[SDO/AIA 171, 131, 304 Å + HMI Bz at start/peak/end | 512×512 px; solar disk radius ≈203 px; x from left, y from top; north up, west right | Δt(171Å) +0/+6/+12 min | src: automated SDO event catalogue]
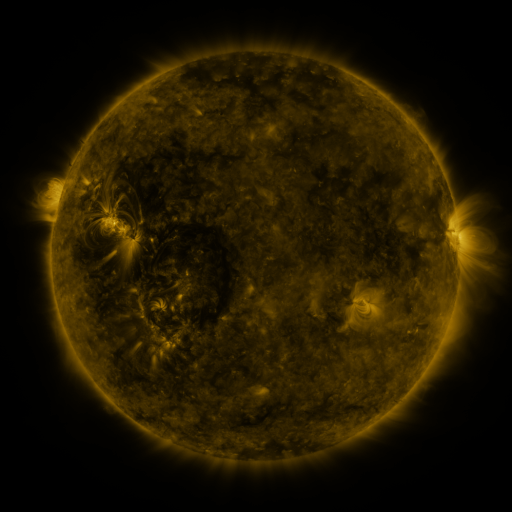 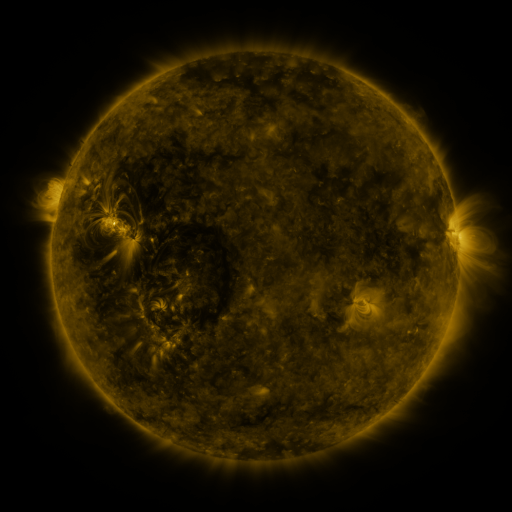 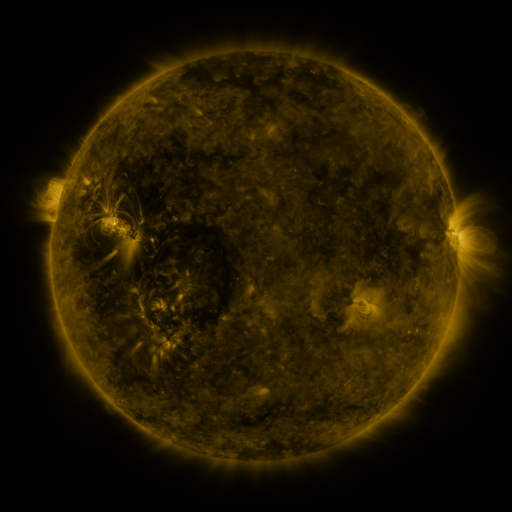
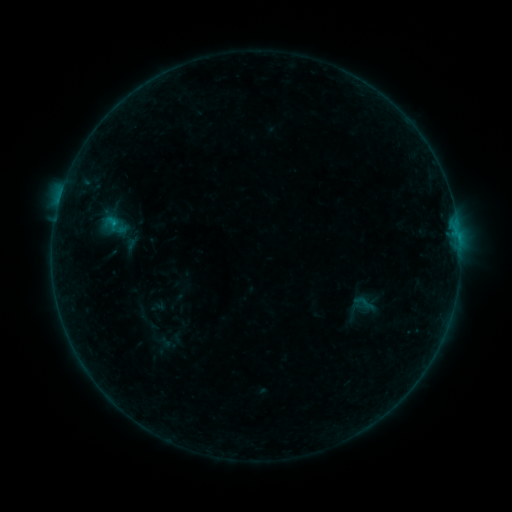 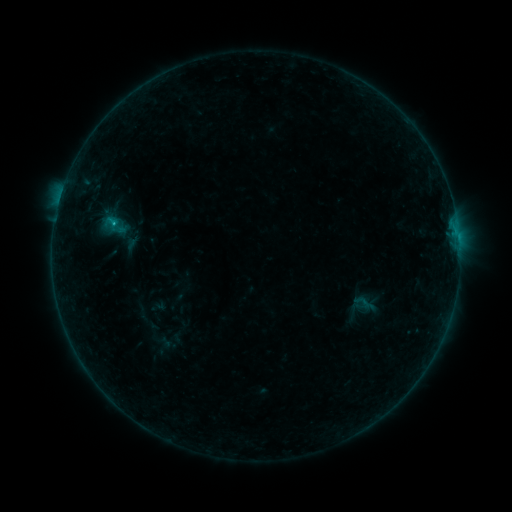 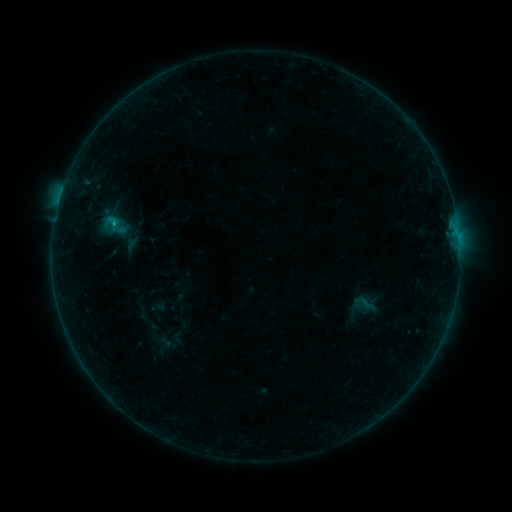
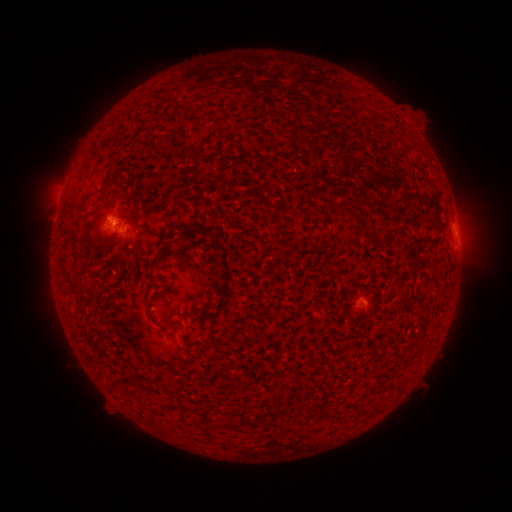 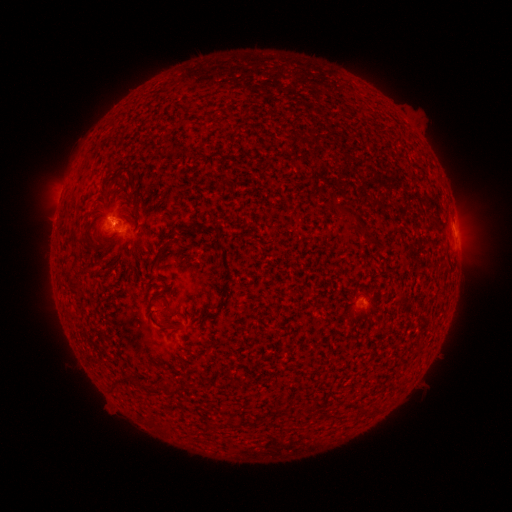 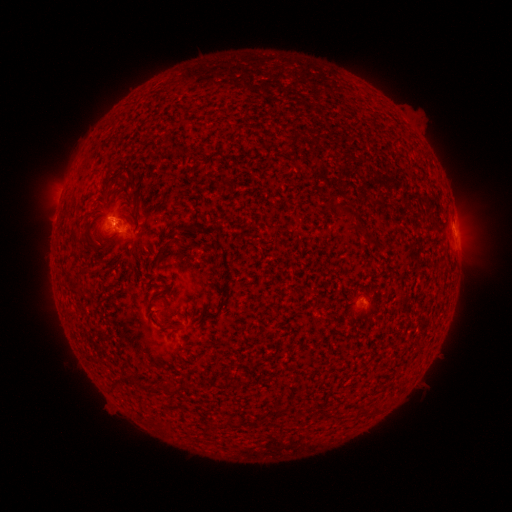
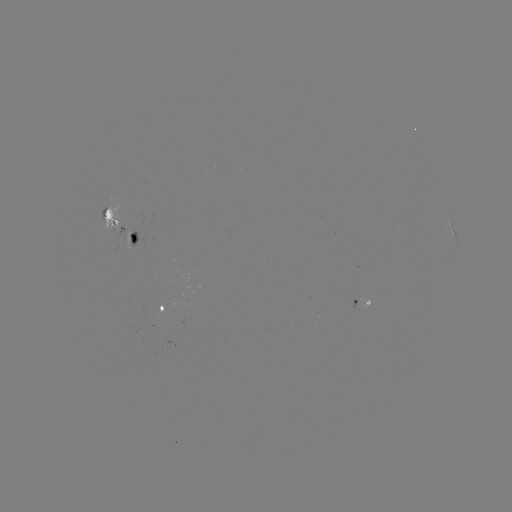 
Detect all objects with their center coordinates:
B5.1 flare: (116, 224)
